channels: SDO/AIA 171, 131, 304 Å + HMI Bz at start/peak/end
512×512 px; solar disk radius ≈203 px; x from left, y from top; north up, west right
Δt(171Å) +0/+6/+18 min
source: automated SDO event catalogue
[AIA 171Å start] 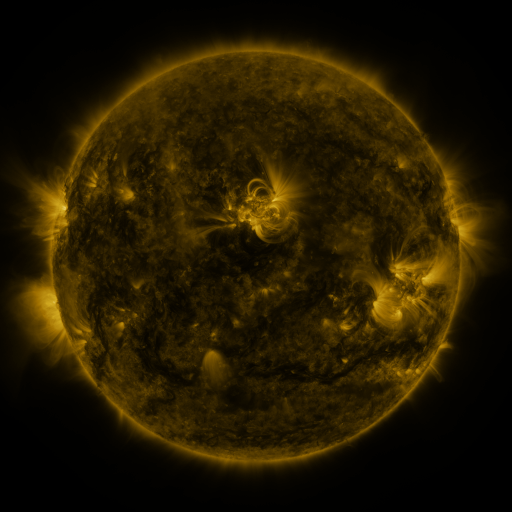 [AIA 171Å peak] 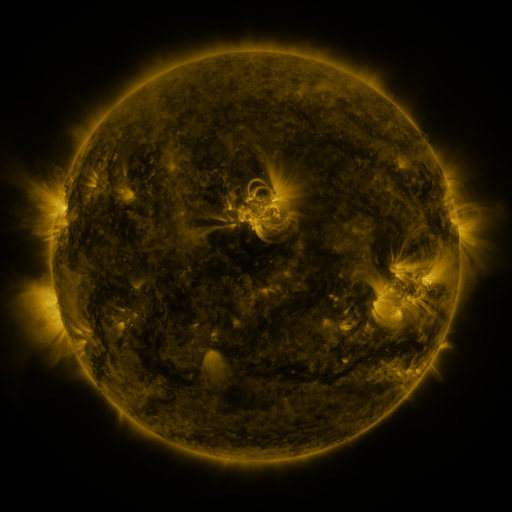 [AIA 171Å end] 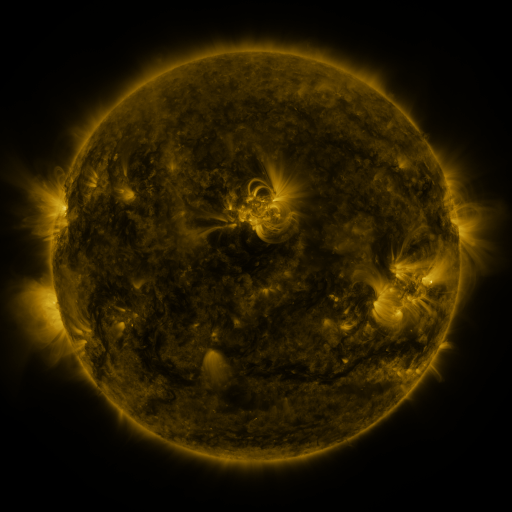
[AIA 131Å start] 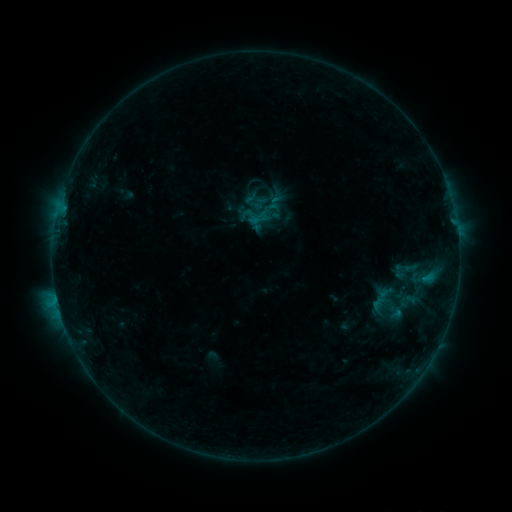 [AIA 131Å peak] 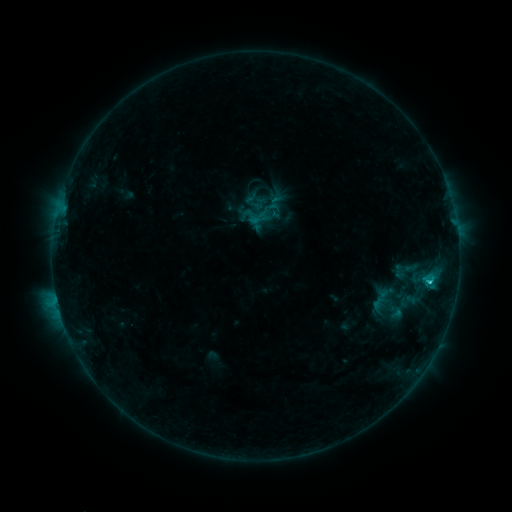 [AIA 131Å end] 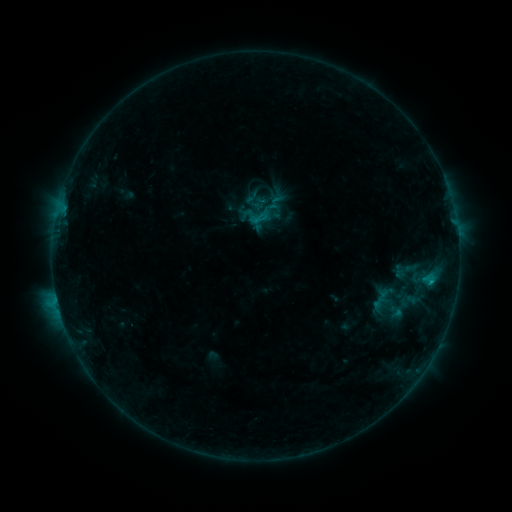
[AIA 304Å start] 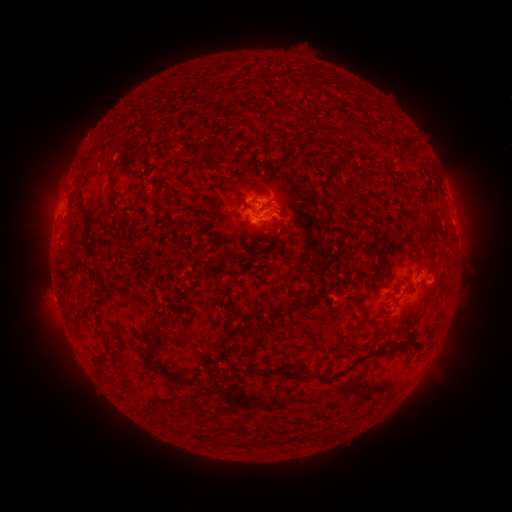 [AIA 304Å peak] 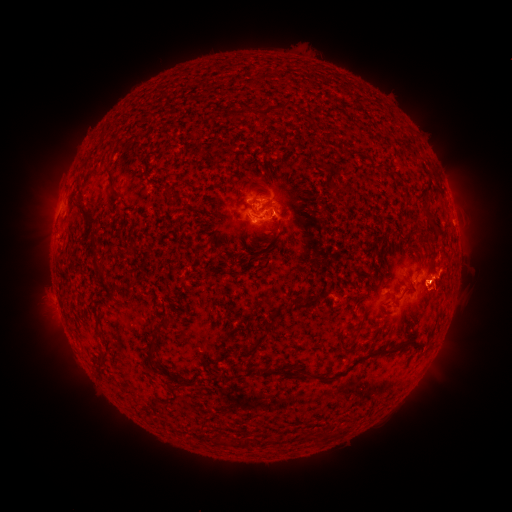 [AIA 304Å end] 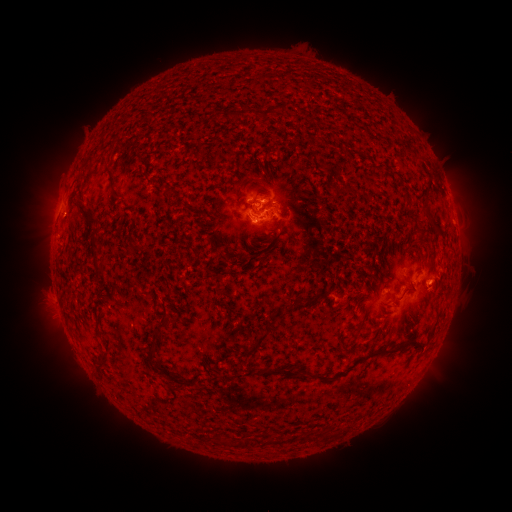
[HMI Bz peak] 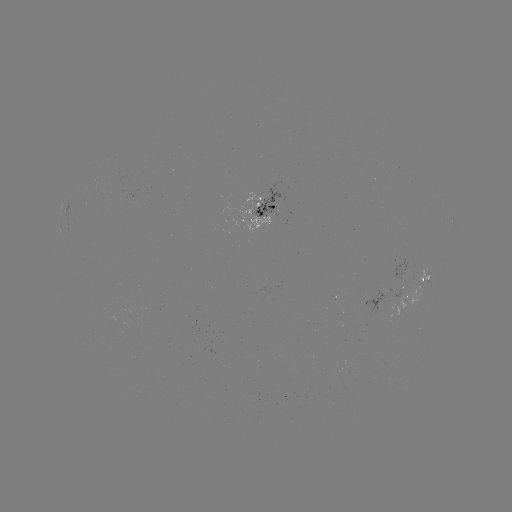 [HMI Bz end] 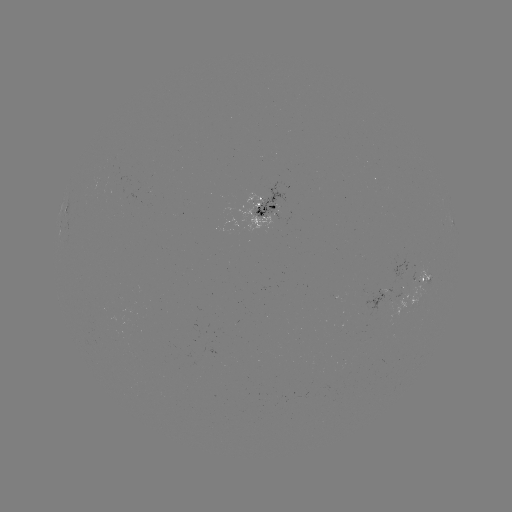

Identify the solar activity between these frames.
C1.2 flare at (428, 280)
